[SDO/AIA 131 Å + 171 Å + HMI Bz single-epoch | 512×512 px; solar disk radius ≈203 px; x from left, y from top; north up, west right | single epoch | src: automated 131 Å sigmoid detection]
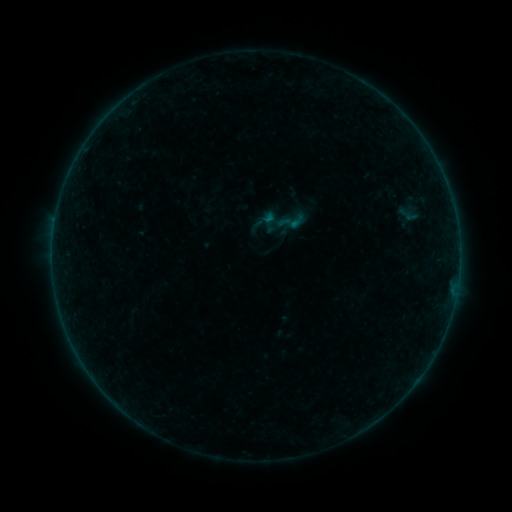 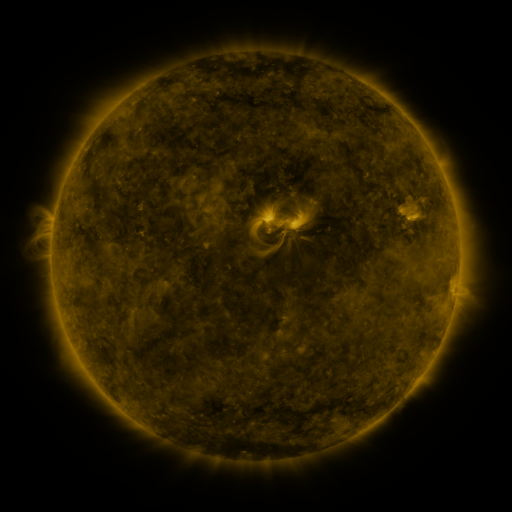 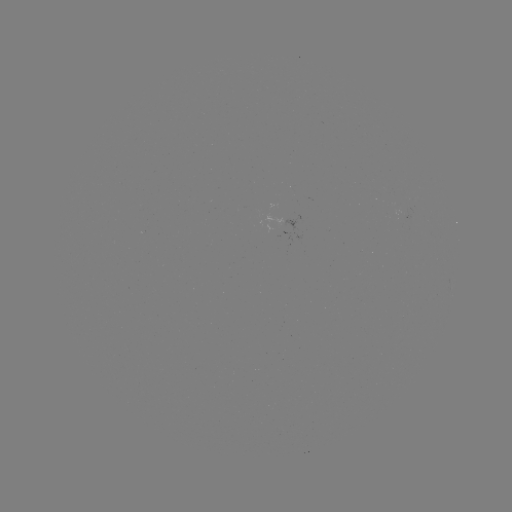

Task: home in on sigmoid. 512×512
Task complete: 291,222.